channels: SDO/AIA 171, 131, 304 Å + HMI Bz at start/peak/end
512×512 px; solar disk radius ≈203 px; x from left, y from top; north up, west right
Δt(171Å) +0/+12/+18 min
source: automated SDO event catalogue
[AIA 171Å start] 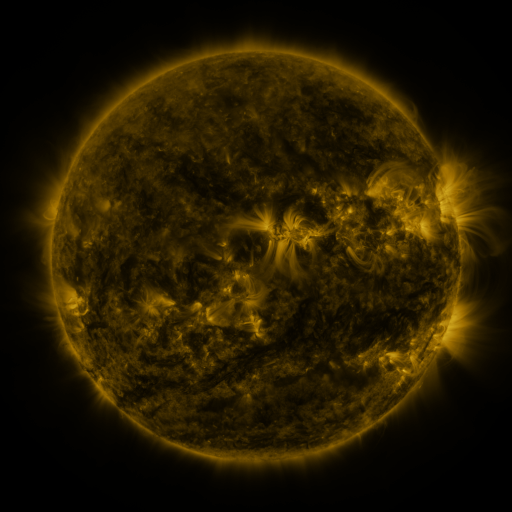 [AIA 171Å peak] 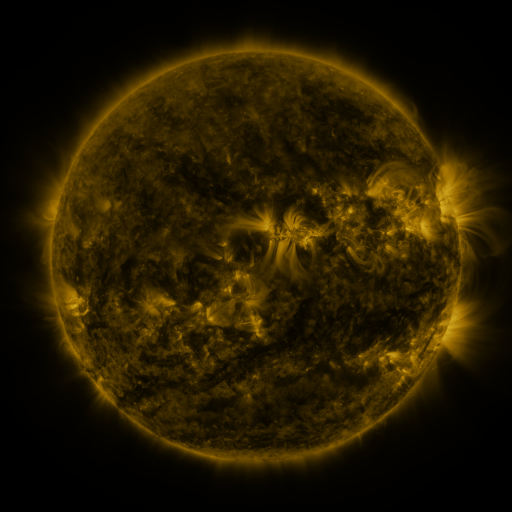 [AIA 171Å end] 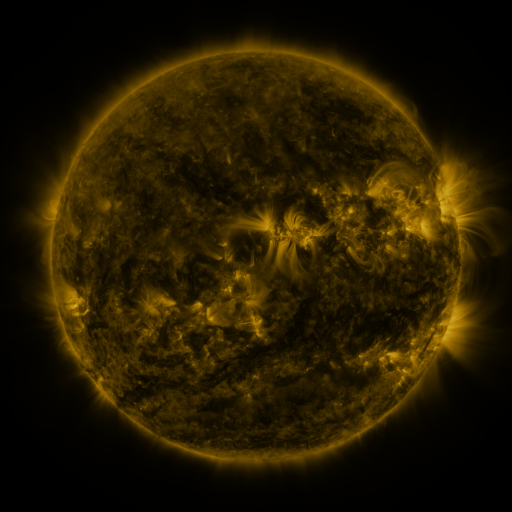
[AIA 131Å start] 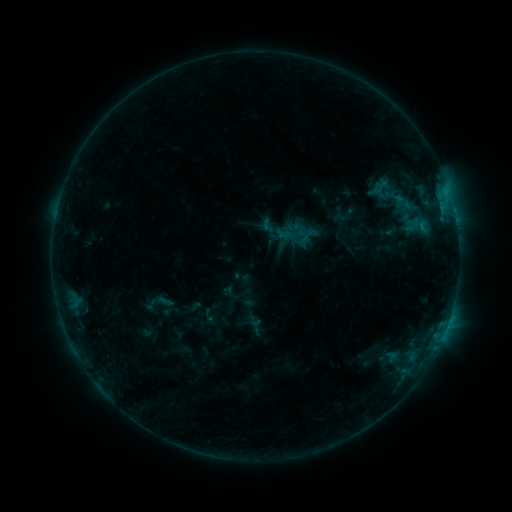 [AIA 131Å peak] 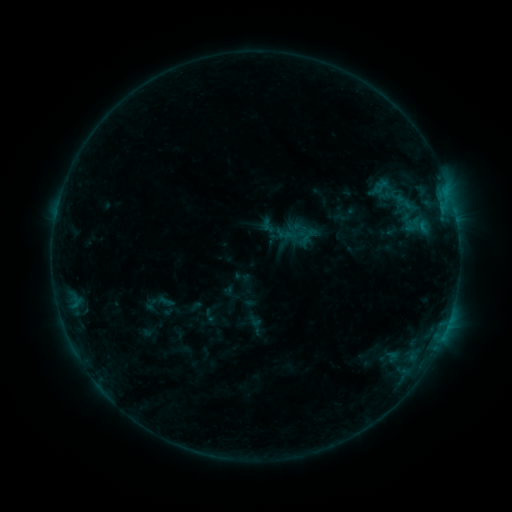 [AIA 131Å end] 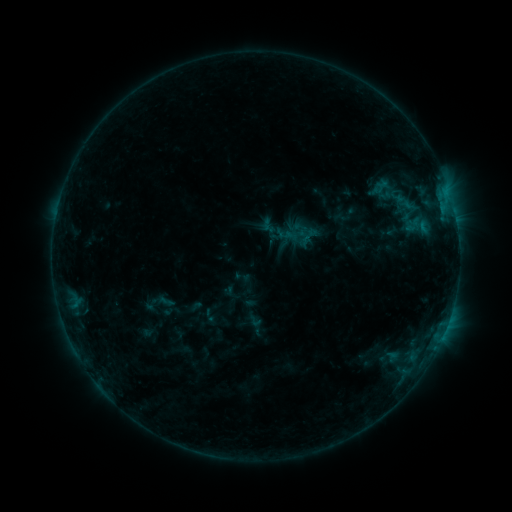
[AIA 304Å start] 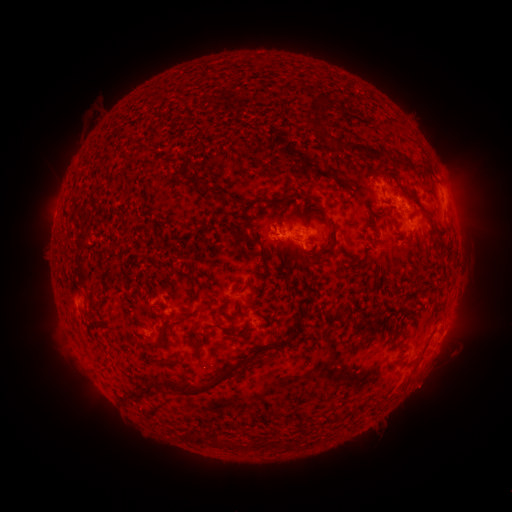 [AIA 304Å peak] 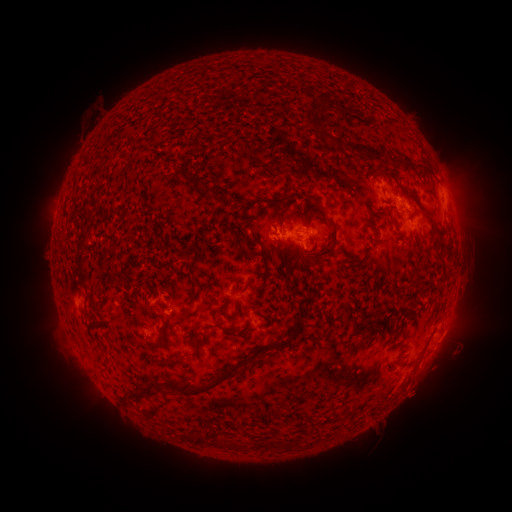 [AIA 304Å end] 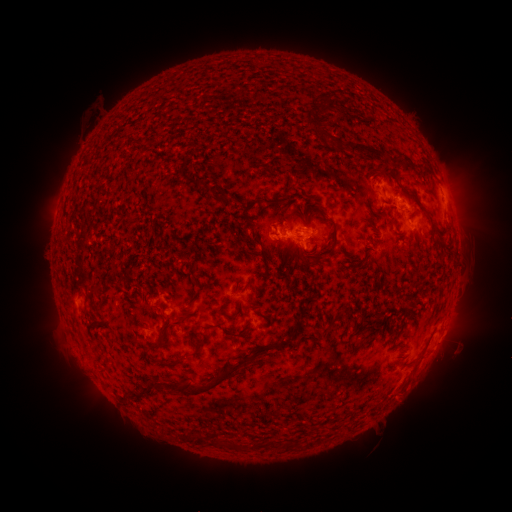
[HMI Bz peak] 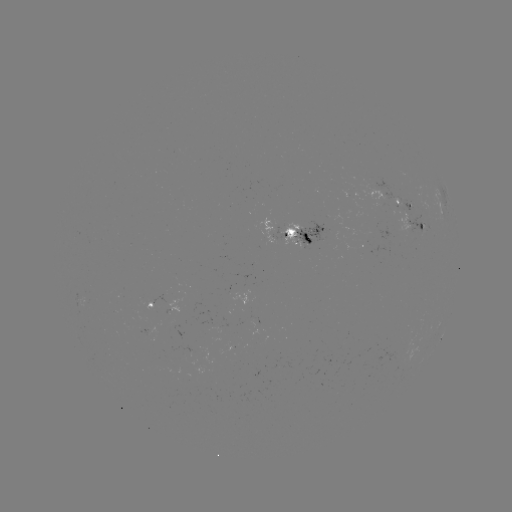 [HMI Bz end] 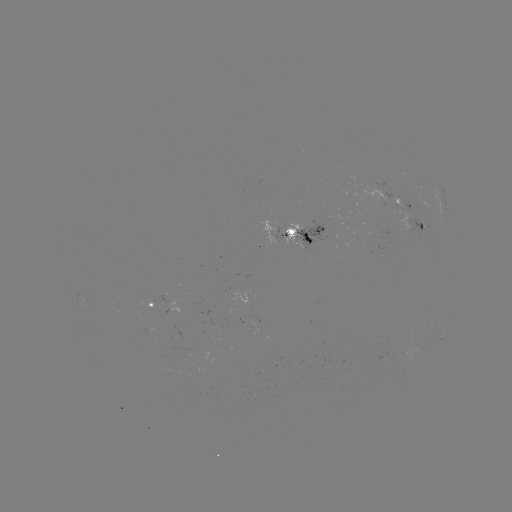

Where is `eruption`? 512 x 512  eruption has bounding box [392, 357, 457, 419].